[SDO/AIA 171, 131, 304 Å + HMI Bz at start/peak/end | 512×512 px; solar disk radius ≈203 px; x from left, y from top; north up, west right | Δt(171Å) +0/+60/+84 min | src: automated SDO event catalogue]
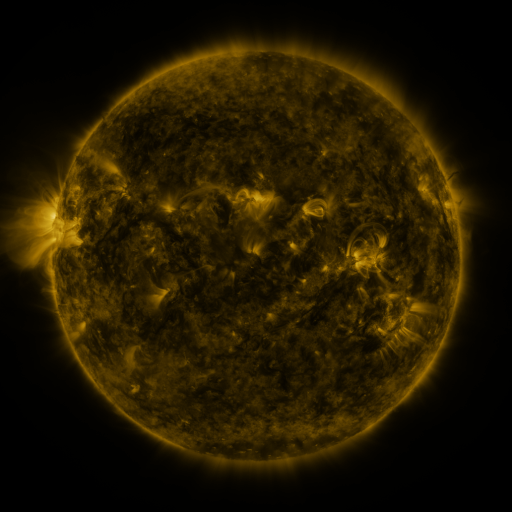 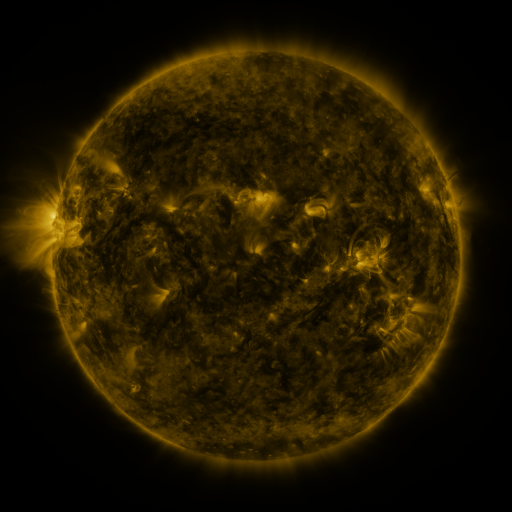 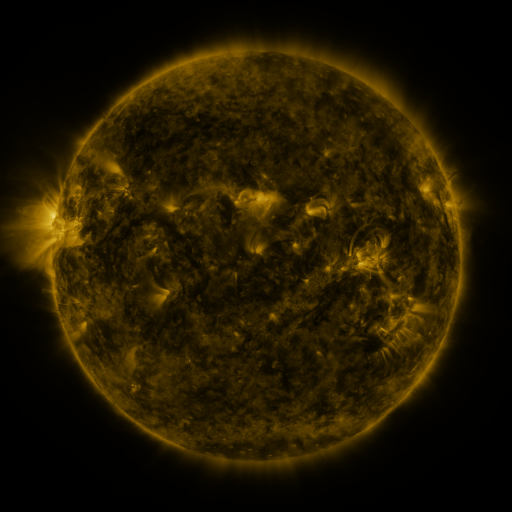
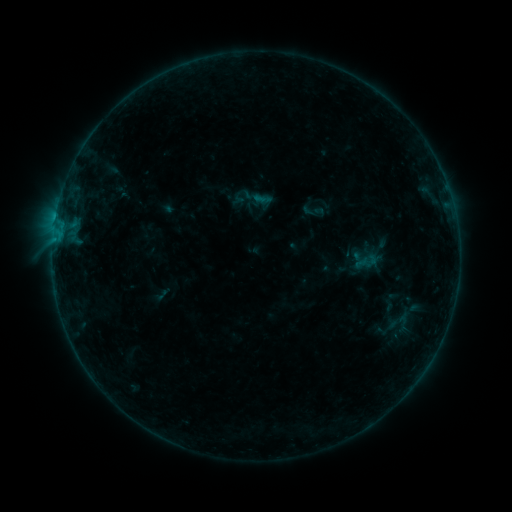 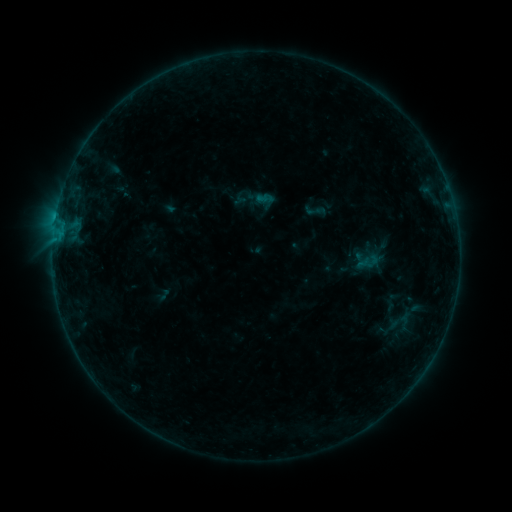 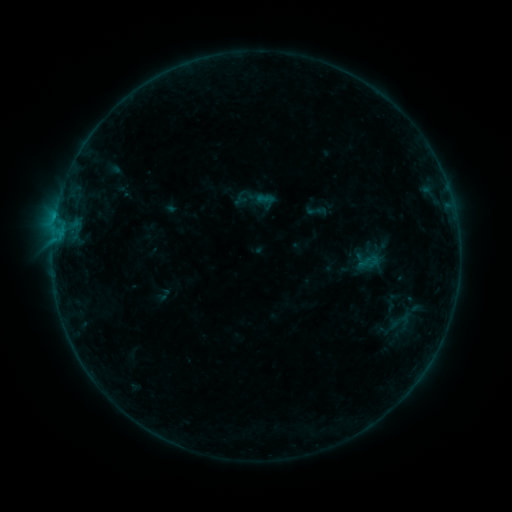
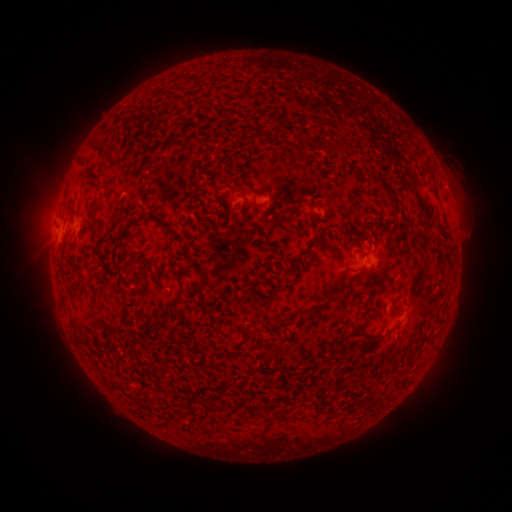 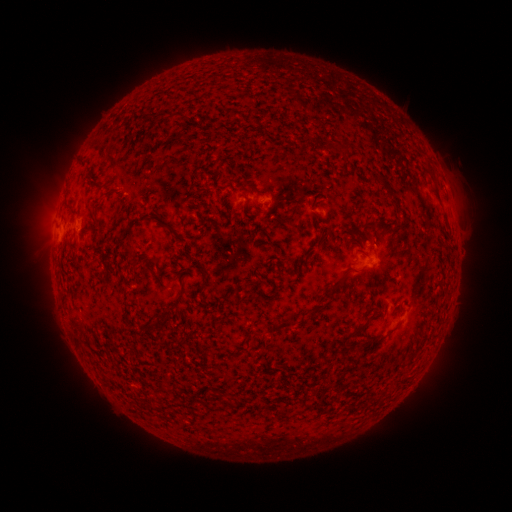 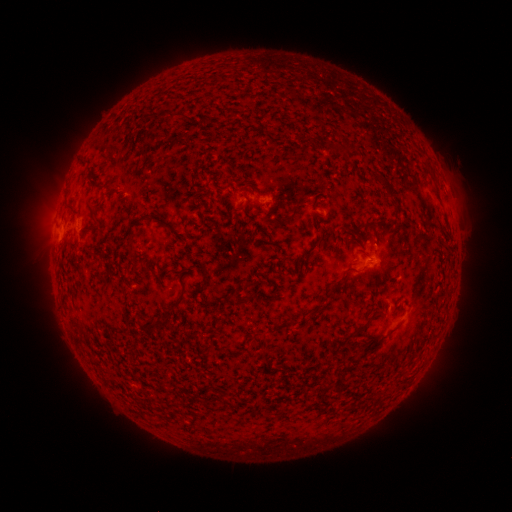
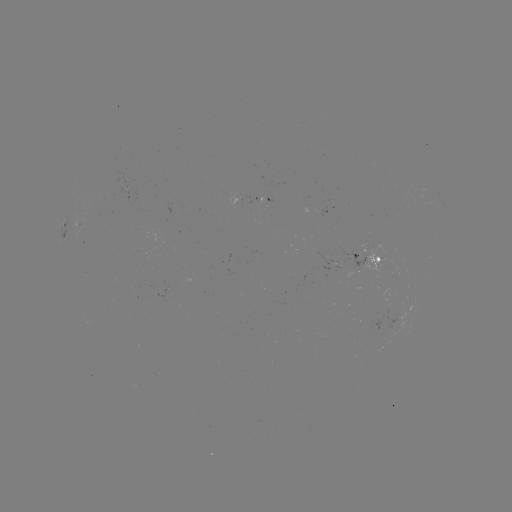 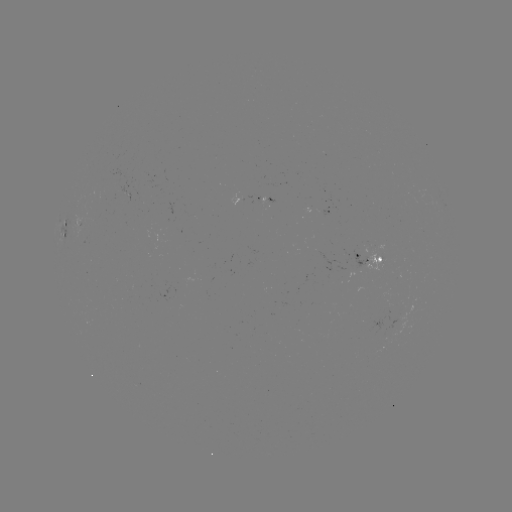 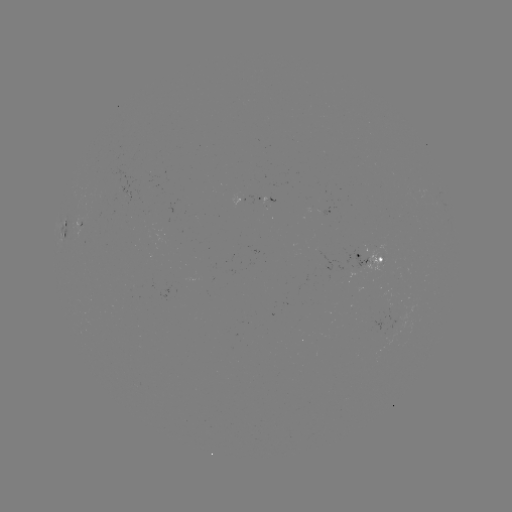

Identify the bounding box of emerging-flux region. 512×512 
[357, 243, 382, 271].